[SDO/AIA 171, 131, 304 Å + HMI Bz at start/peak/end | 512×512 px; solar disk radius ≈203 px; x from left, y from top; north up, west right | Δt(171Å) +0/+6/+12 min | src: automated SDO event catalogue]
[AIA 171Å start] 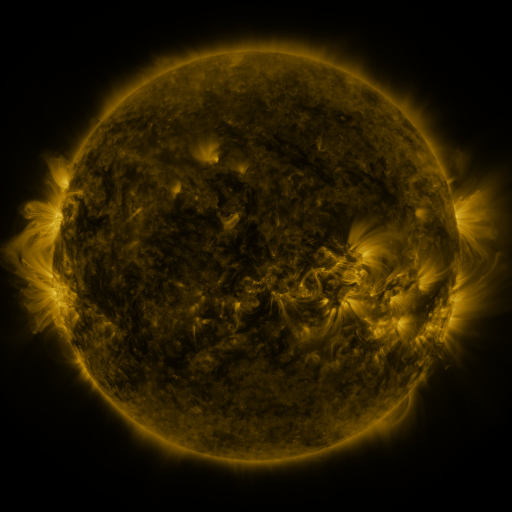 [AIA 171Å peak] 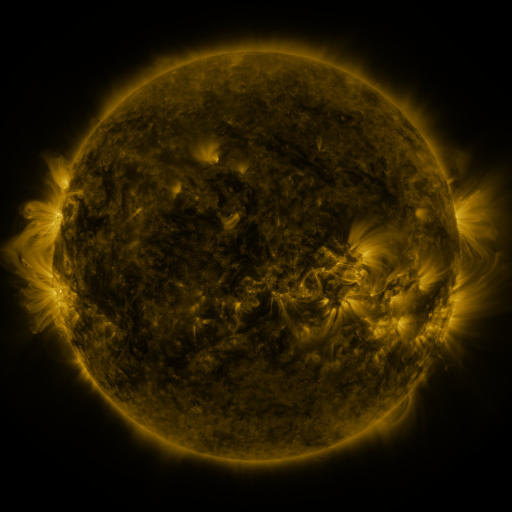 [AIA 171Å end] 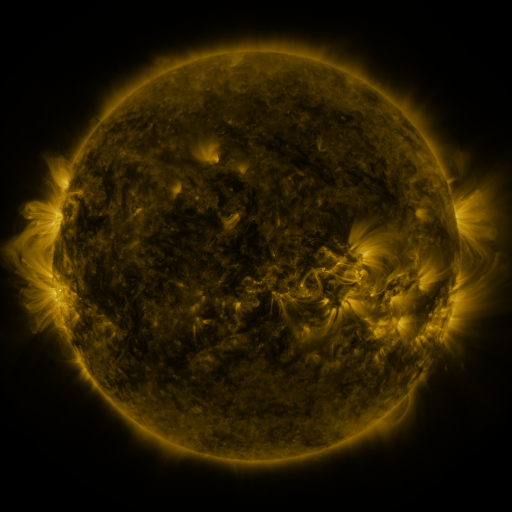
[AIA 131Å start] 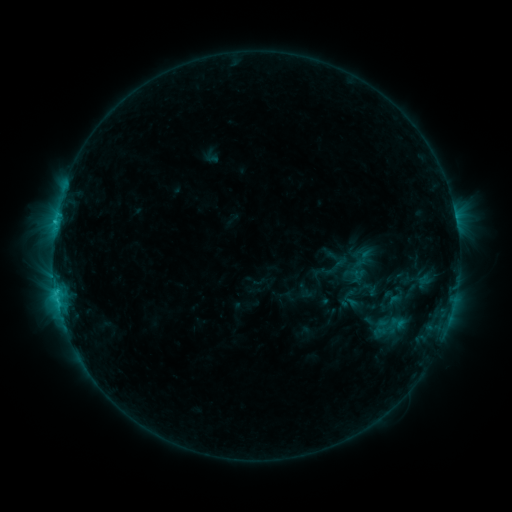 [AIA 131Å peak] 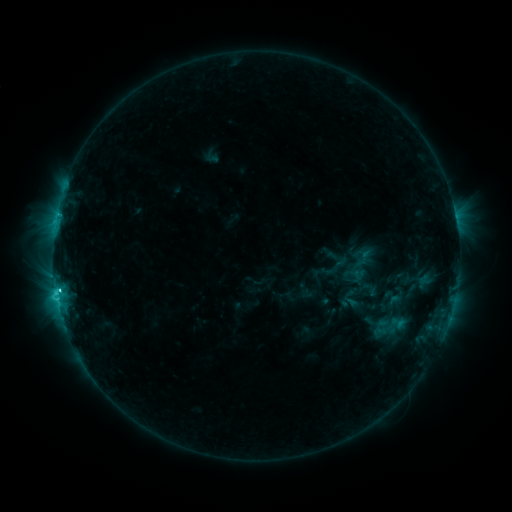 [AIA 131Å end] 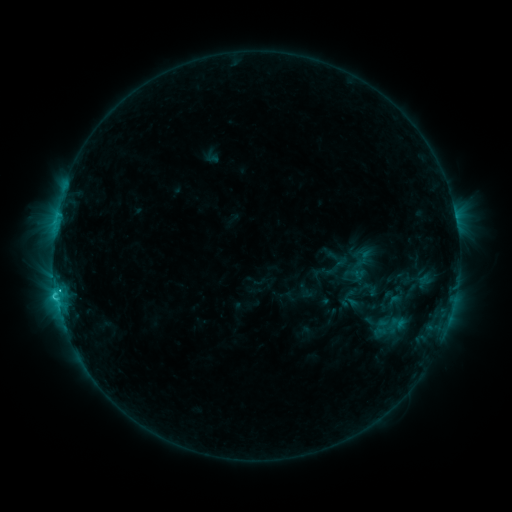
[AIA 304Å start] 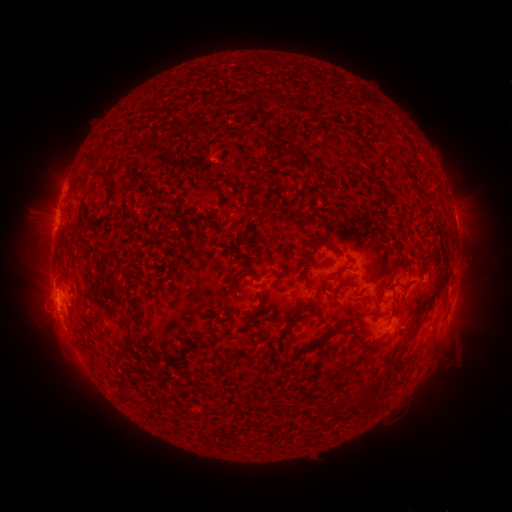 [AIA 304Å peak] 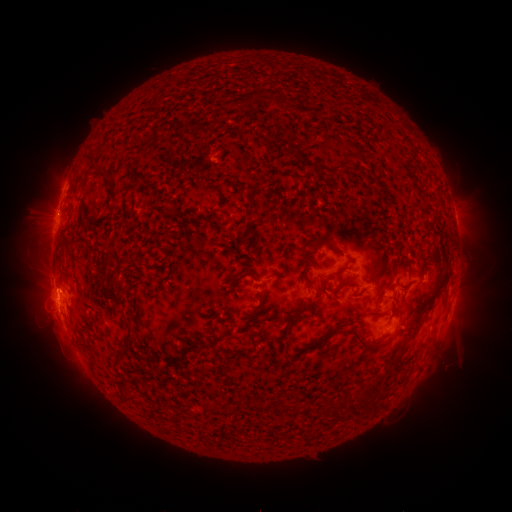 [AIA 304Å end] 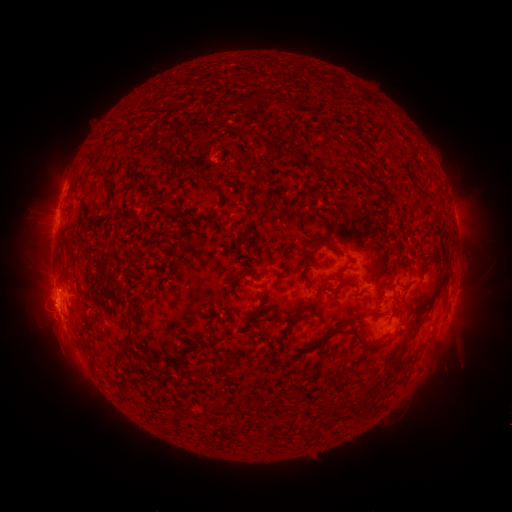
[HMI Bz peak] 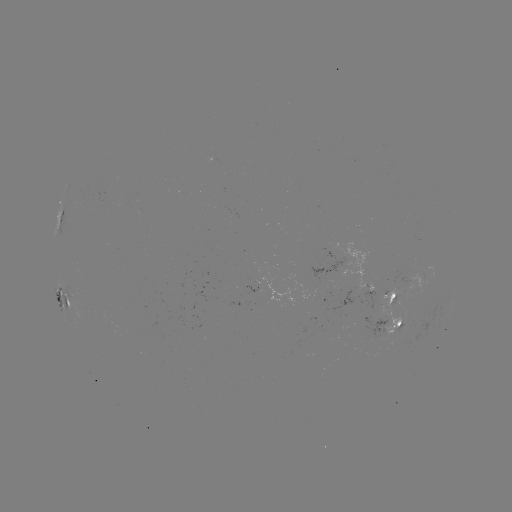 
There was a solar flare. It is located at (58, 287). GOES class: C3.3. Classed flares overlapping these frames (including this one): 1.